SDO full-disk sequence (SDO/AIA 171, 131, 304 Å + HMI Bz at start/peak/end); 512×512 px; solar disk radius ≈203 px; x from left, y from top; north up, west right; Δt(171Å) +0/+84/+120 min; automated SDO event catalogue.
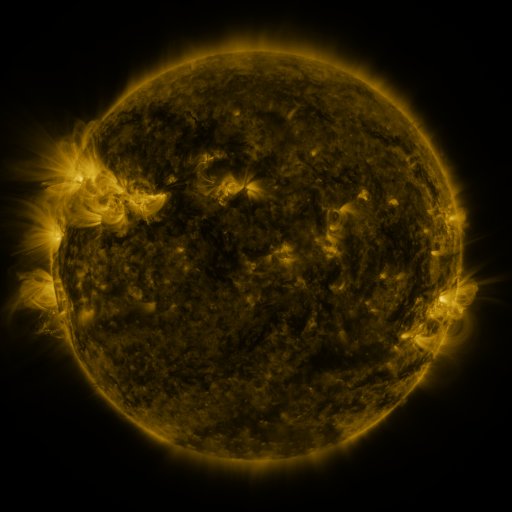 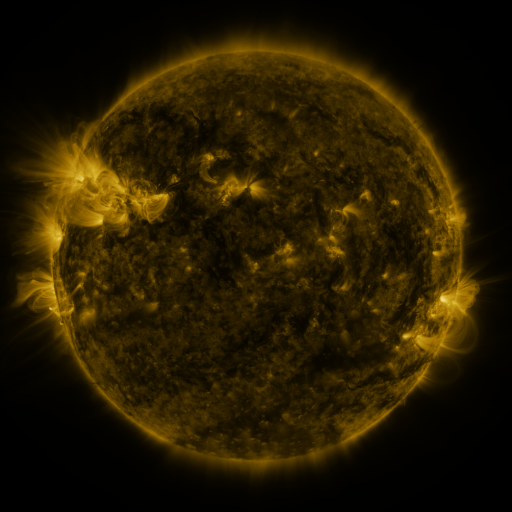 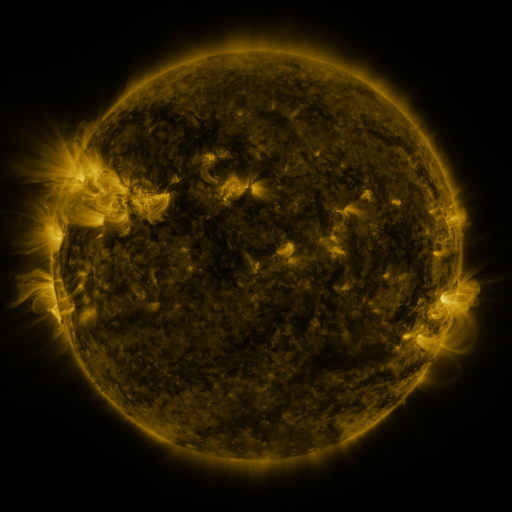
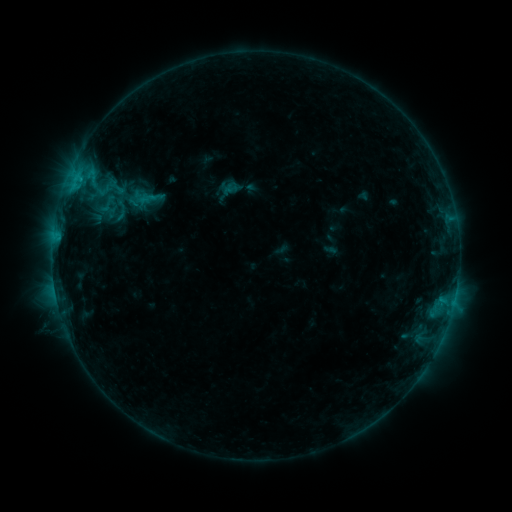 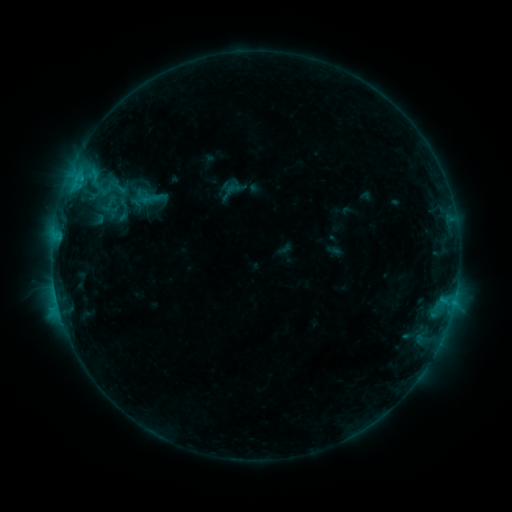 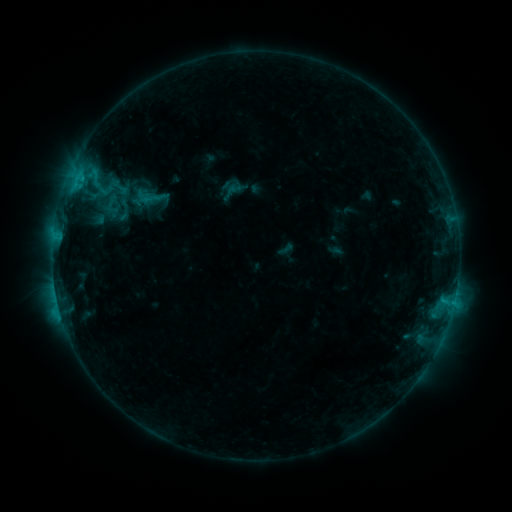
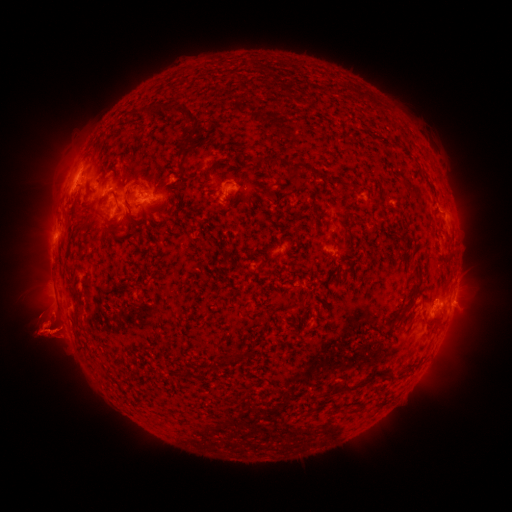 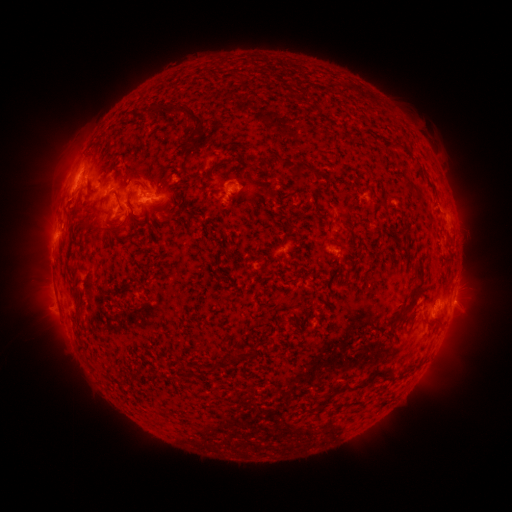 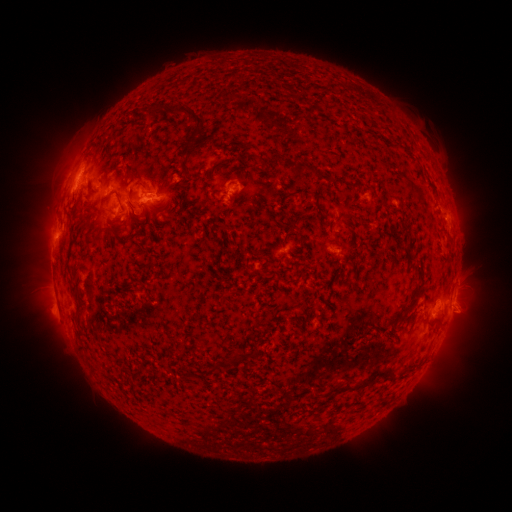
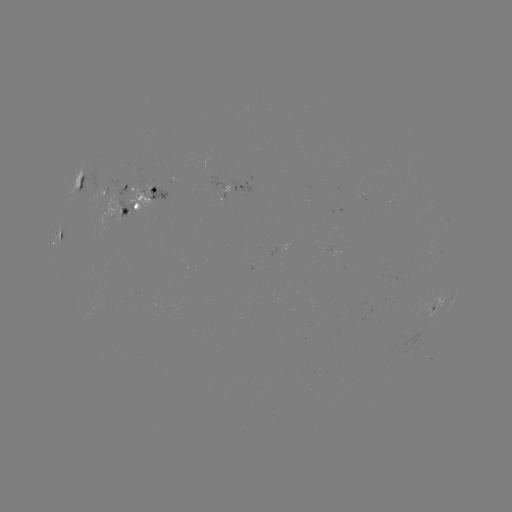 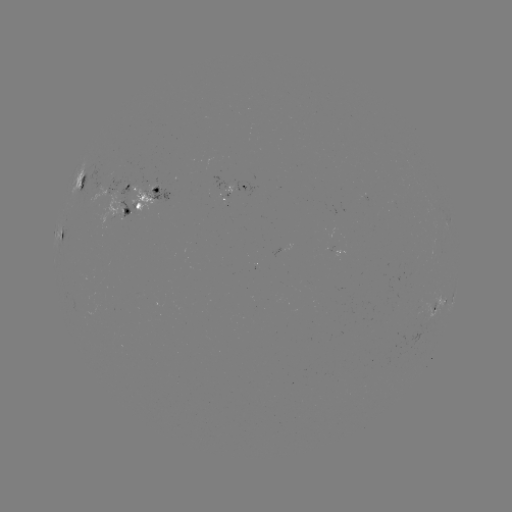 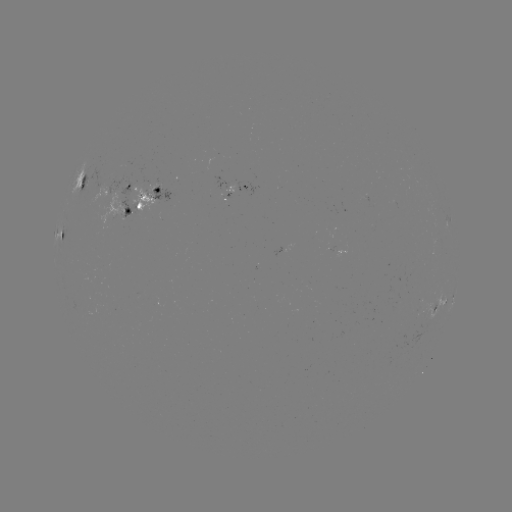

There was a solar emerging-flux region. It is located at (138, 190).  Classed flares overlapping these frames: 1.